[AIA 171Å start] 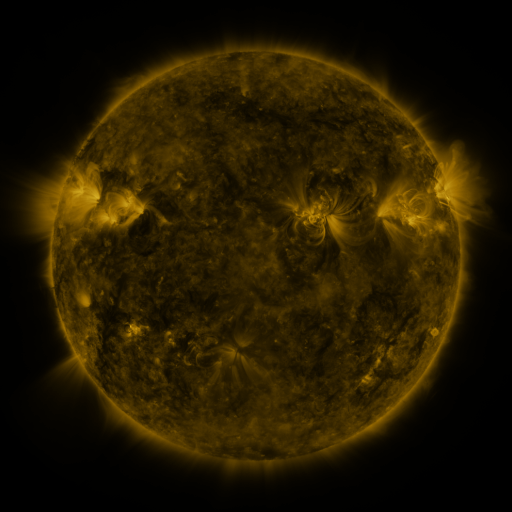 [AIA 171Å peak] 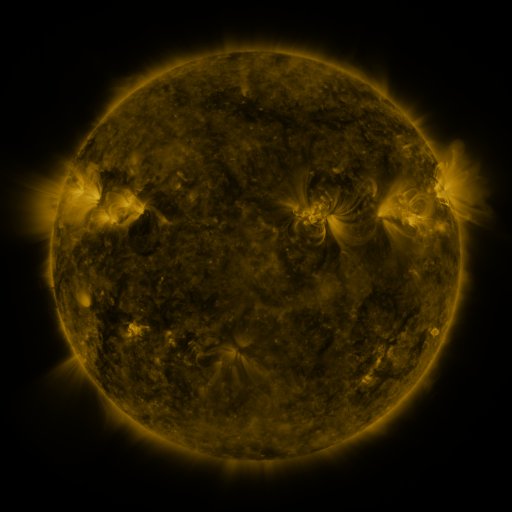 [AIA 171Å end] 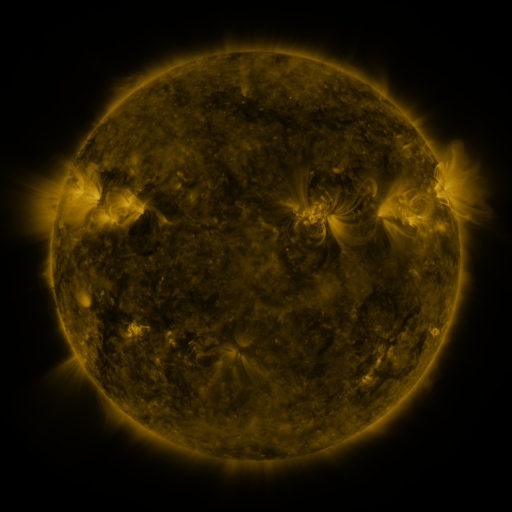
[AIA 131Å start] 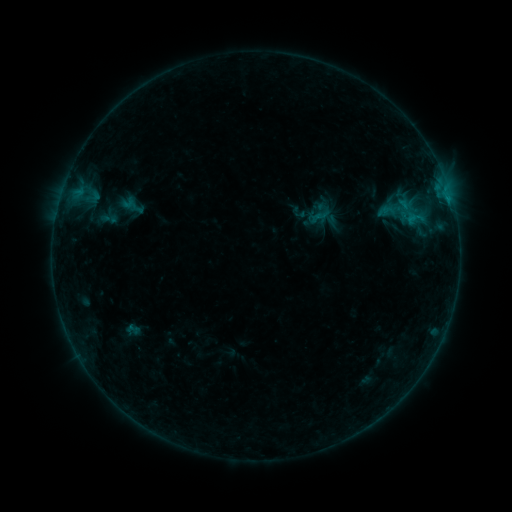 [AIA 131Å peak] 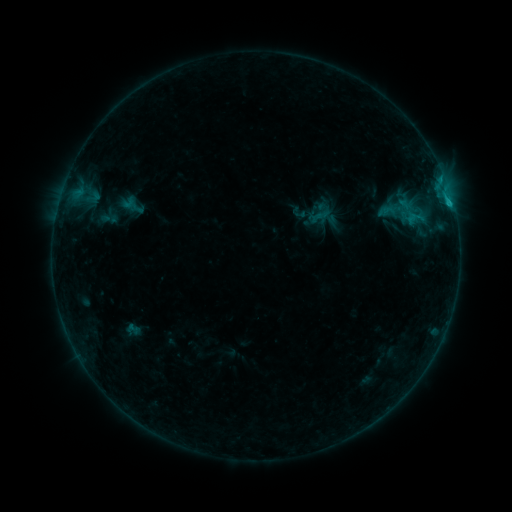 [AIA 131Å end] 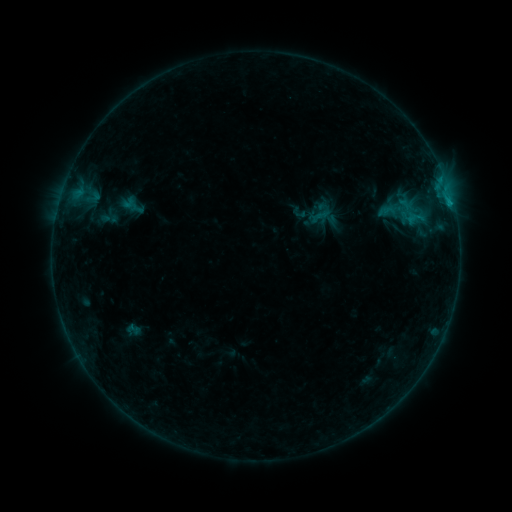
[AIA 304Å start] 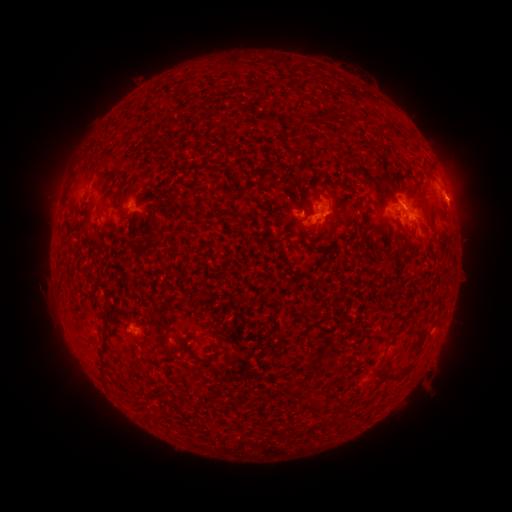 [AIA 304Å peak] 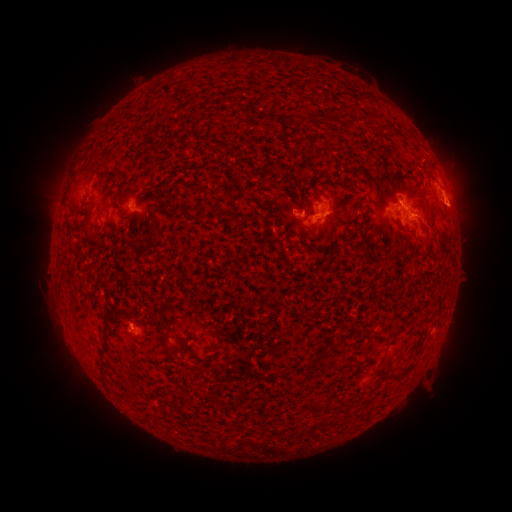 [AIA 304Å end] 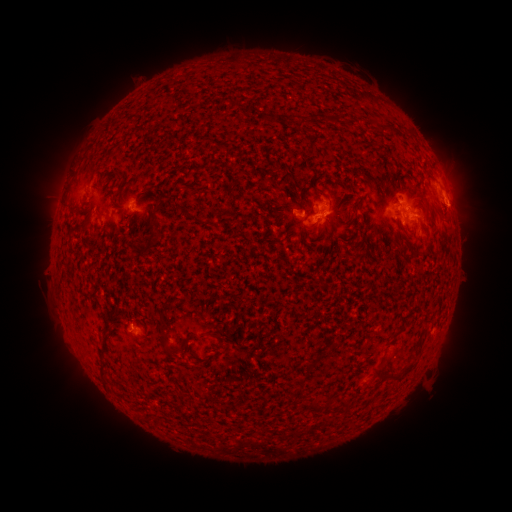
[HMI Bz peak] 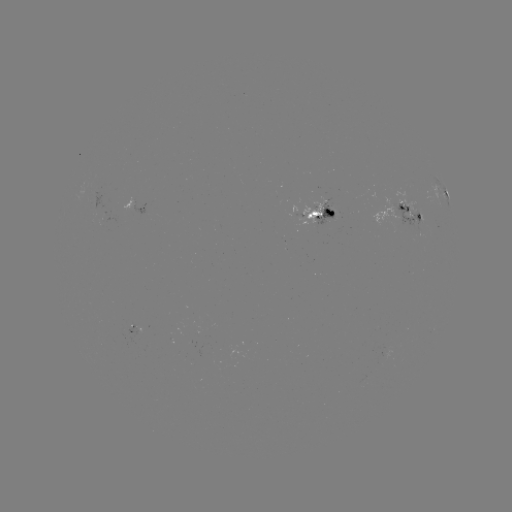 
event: flare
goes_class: C1.0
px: (449, 207)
